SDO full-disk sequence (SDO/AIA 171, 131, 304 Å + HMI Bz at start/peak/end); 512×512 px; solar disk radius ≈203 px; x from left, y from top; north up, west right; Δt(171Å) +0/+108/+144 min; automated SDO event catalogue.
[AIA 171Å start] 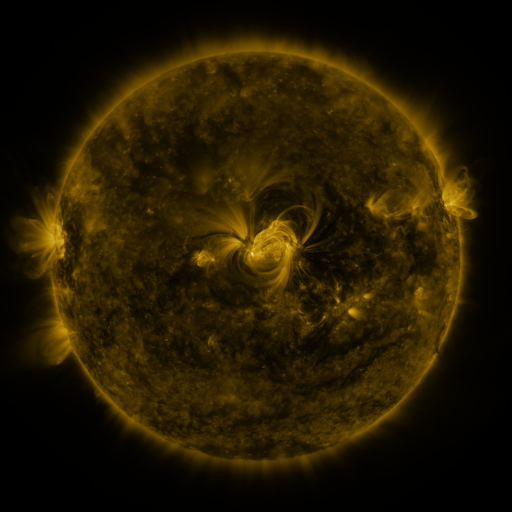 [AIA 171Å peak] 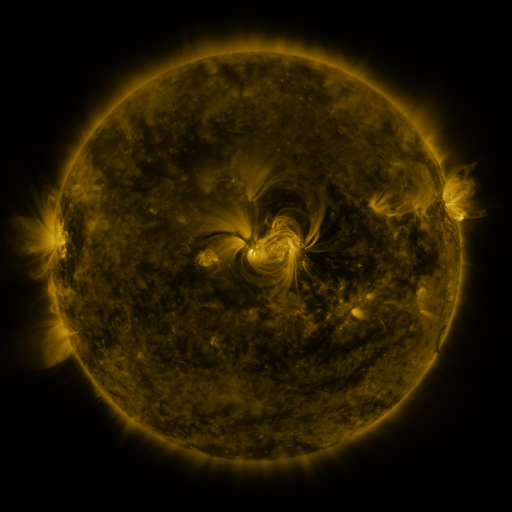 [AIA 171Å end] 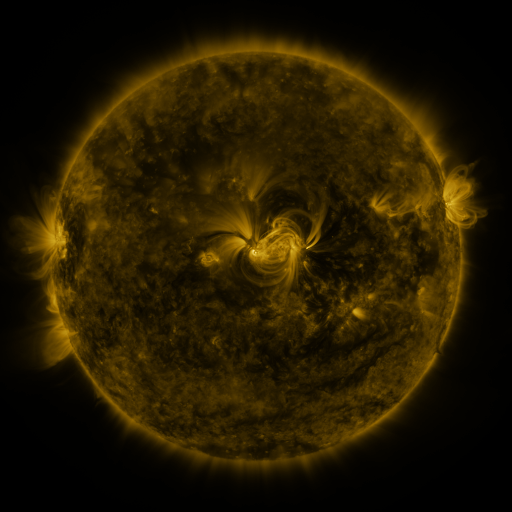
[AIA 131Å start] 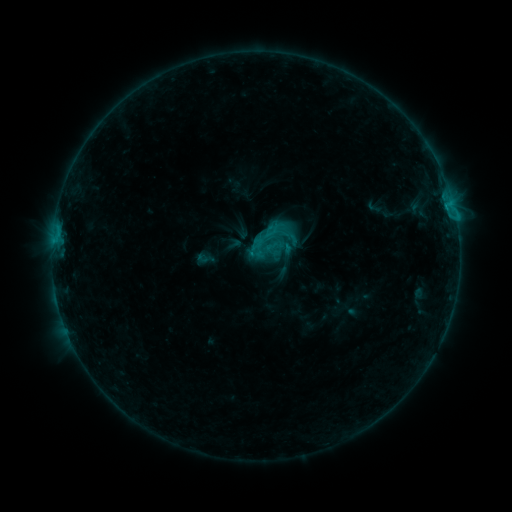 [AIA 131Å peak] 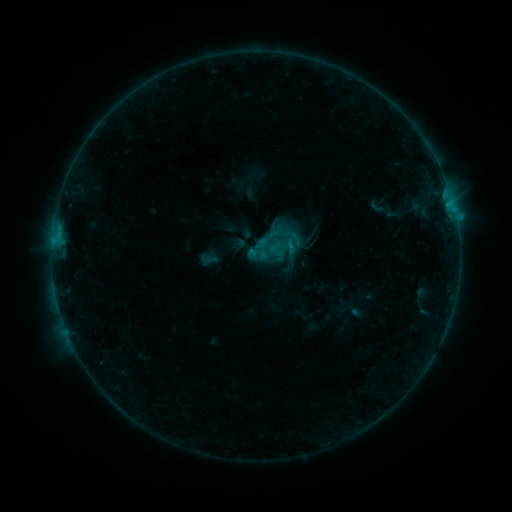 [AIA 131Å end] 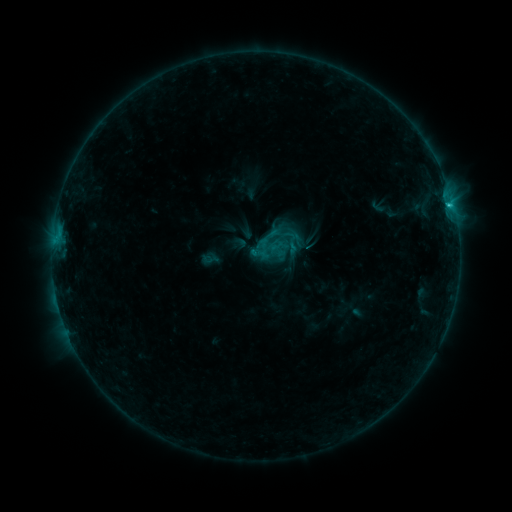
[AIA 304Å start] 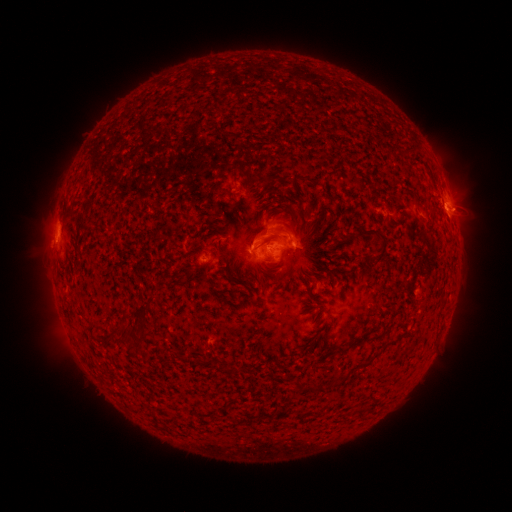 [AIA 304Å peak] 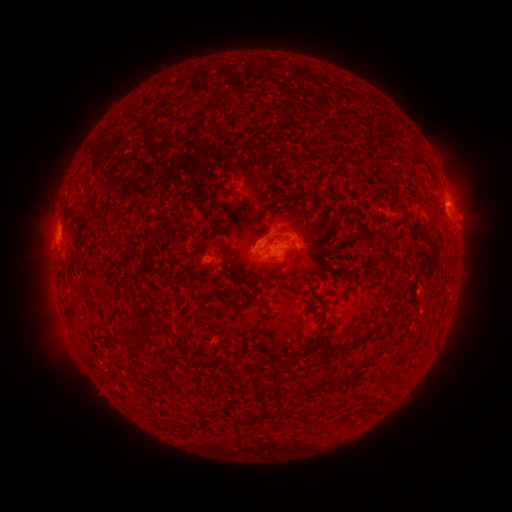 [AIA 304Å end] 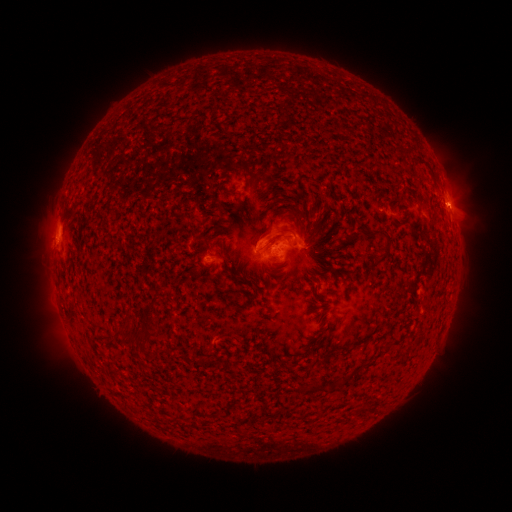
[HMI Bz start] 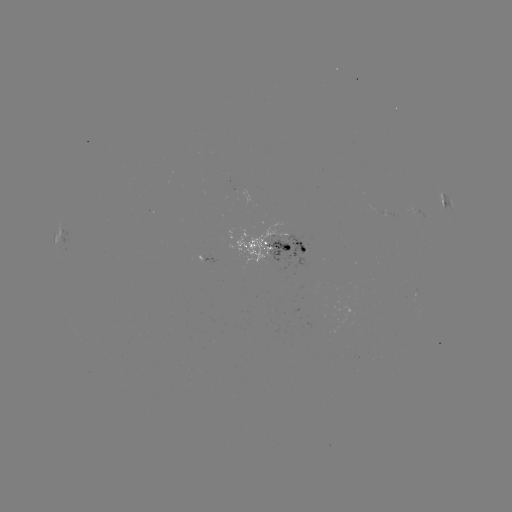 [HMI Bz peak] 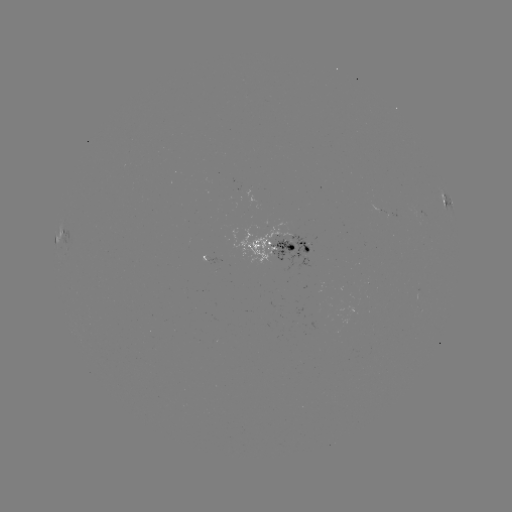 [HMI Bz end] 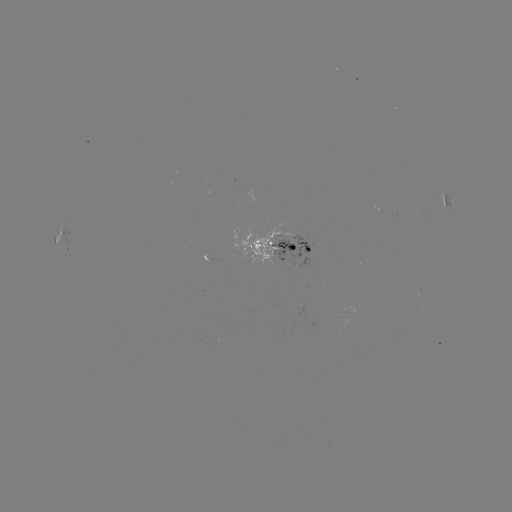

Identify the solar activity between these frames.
emerging-flux region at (246, 190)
